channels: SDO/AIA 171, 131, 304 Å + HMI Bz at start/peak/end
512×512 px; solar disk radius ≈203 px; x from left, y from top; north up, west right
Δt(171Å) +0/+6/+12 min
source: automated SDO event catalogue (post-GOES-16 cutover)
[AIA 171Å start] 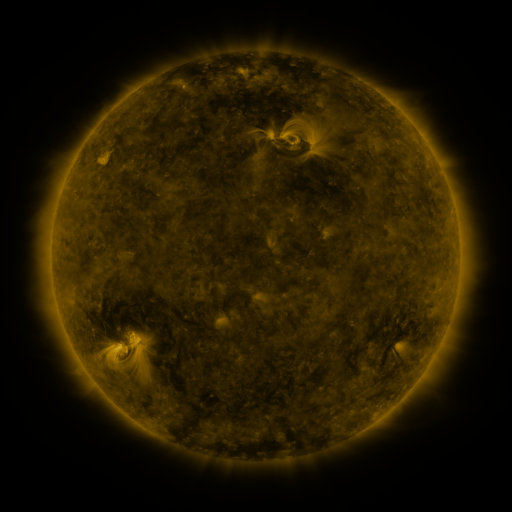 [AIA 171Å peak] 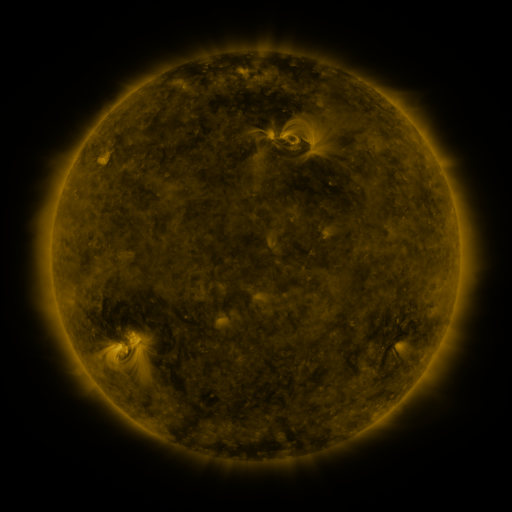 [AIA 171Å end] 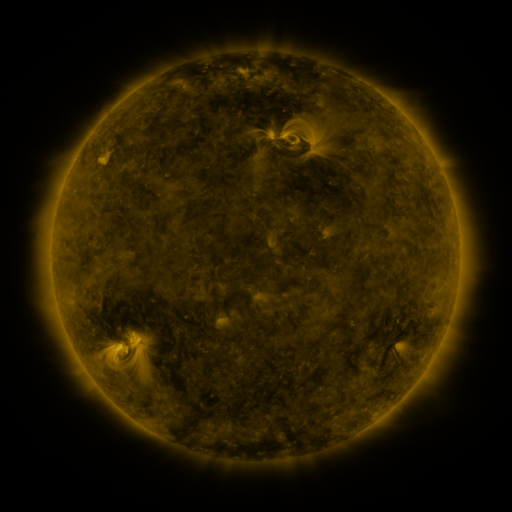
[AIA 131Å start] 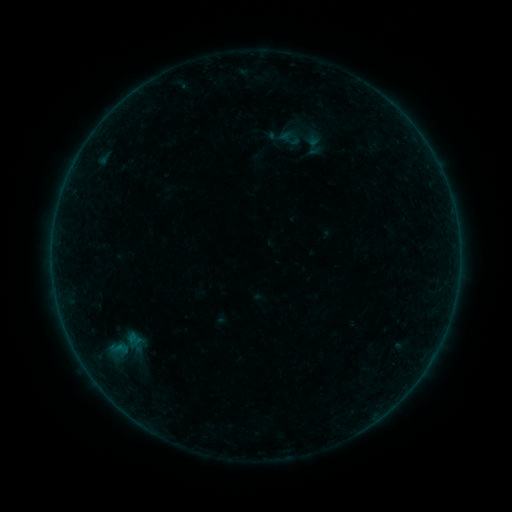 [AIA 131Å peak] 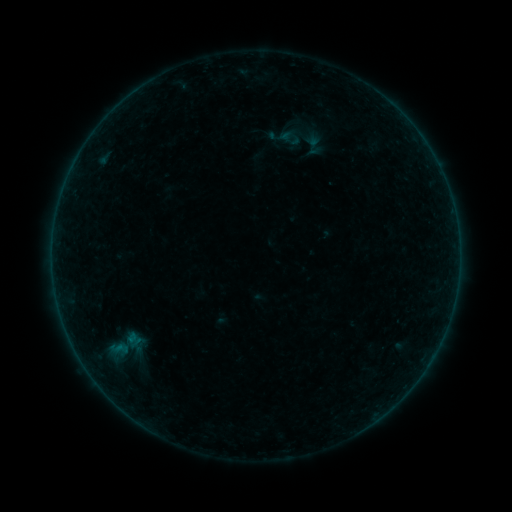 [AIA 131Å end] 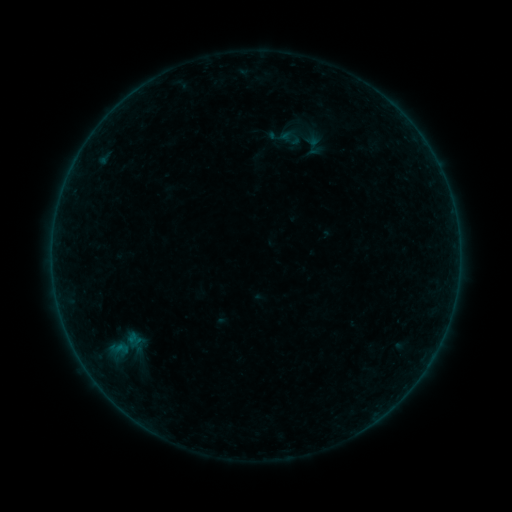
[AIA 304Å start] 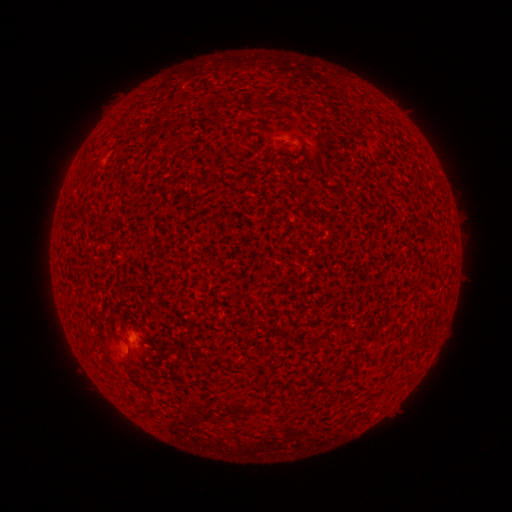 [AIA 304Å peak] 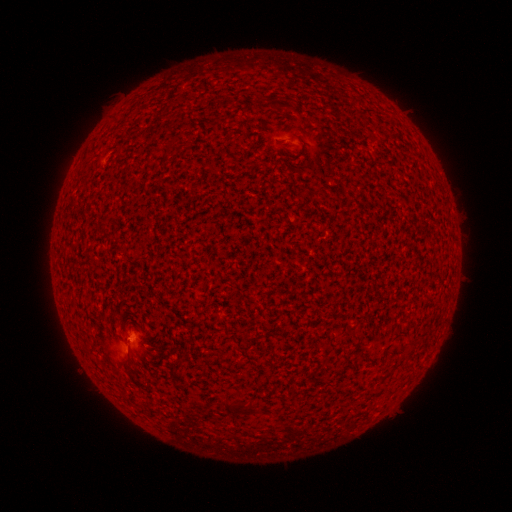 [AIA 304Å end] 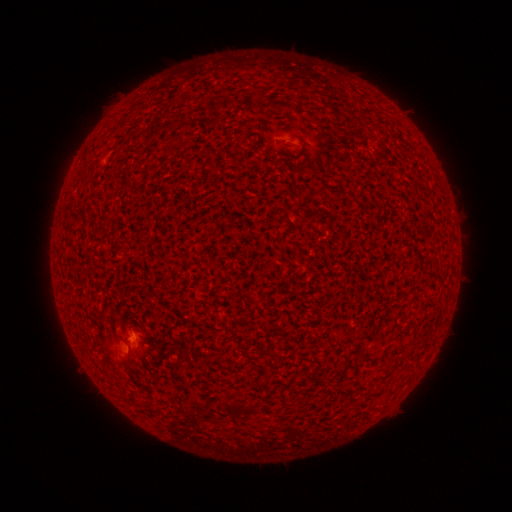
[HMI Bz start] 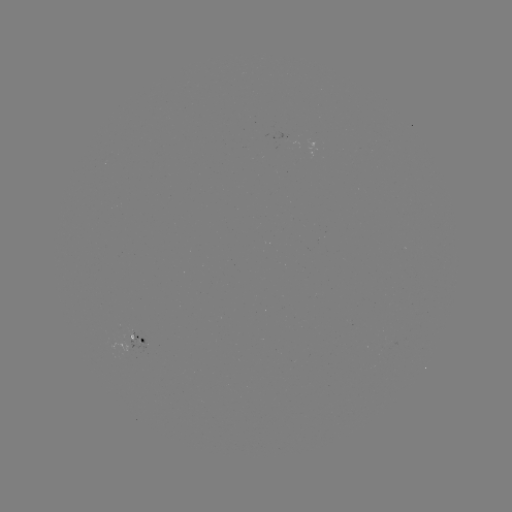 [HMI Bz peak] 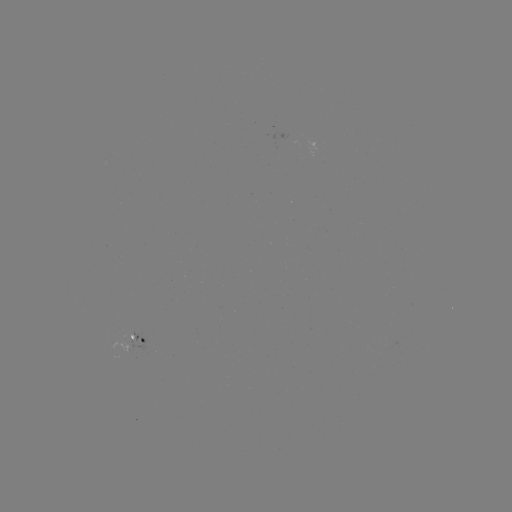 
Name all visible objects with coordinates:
A8.7 flare: (129, 338)
